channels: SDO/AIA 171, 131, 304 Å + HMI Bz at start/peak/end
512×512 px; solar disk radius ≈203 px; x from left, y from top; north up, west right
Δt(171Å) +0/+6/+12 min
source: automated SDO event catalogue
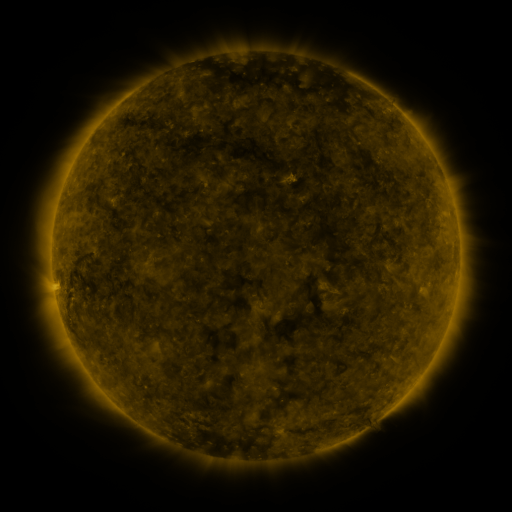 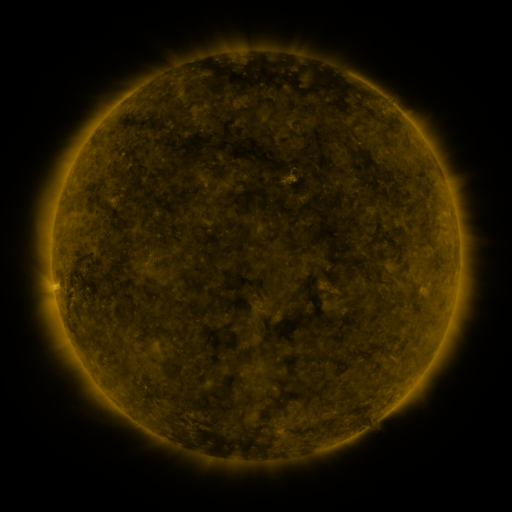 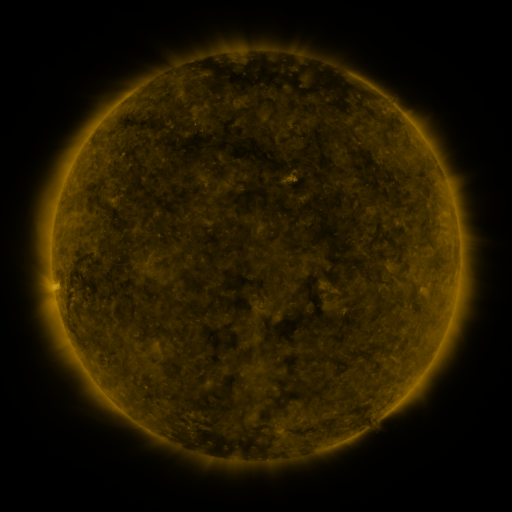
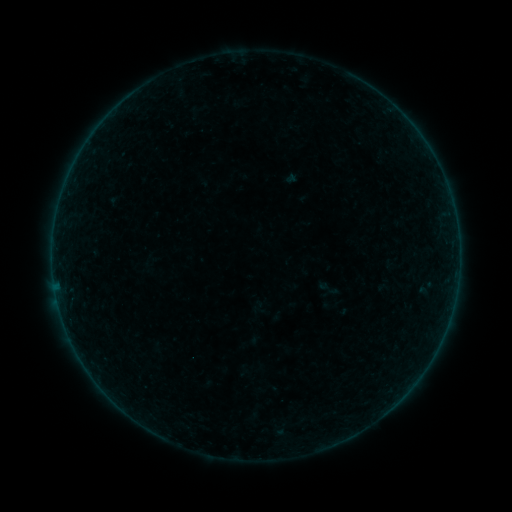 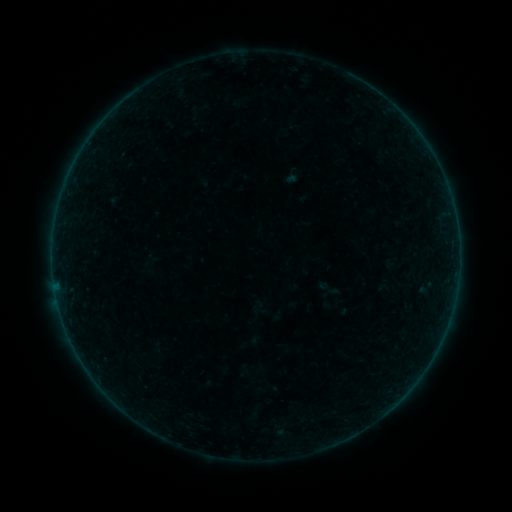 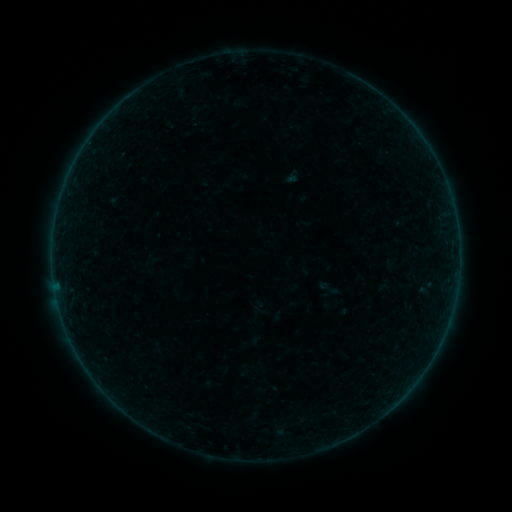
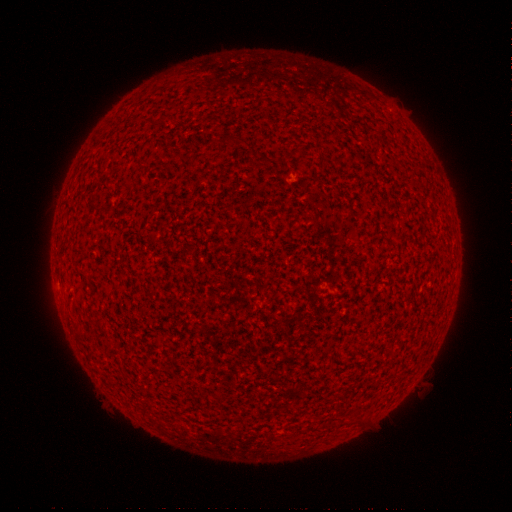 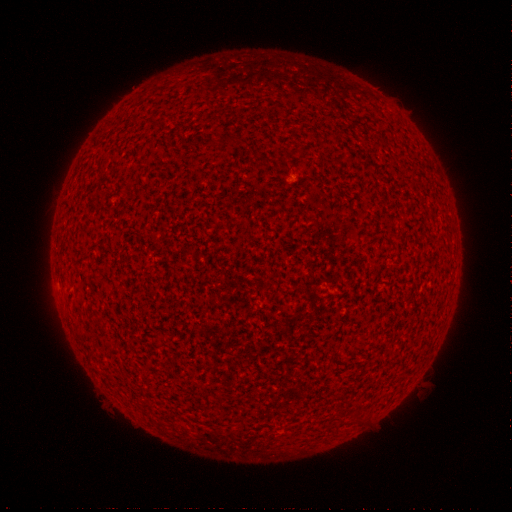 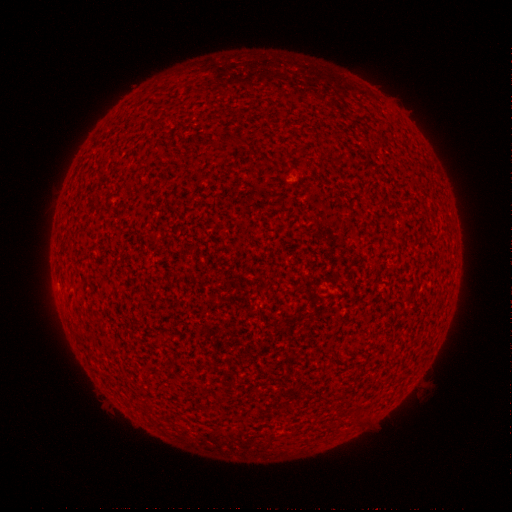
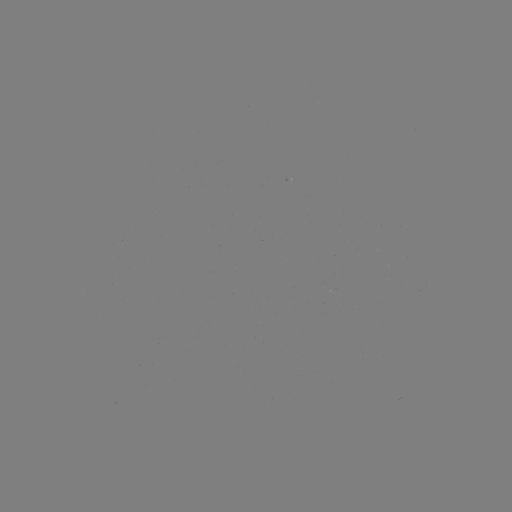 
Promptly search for A2.9 flare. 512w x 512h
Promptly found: [417, 378].